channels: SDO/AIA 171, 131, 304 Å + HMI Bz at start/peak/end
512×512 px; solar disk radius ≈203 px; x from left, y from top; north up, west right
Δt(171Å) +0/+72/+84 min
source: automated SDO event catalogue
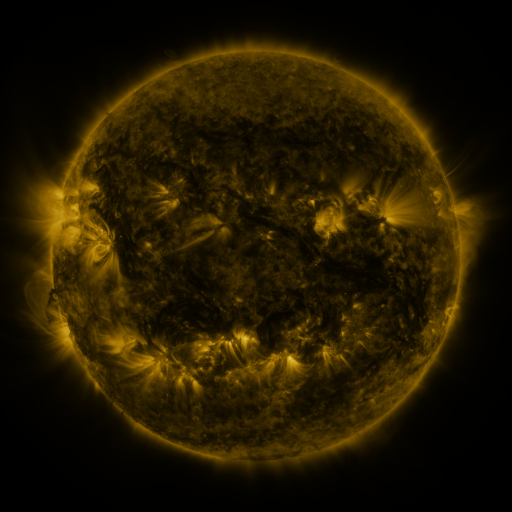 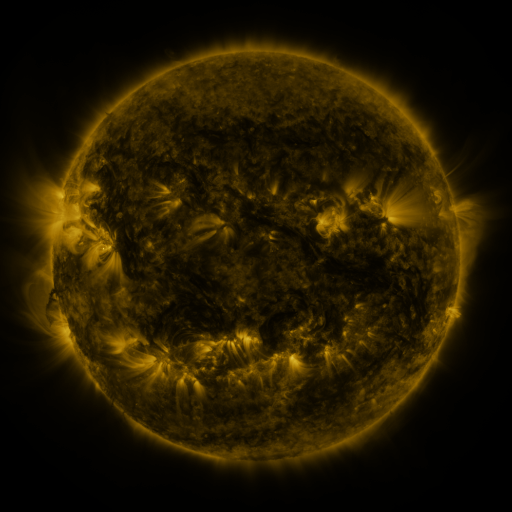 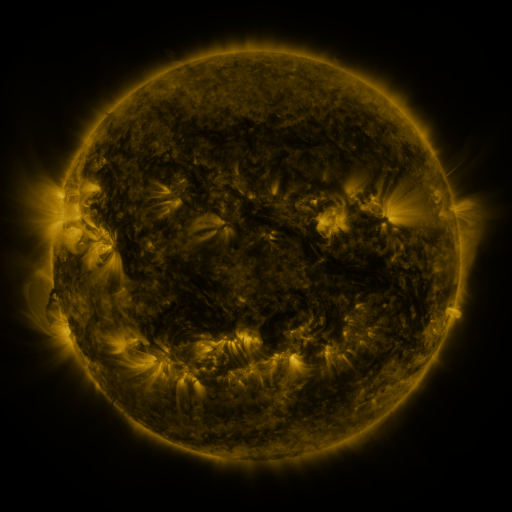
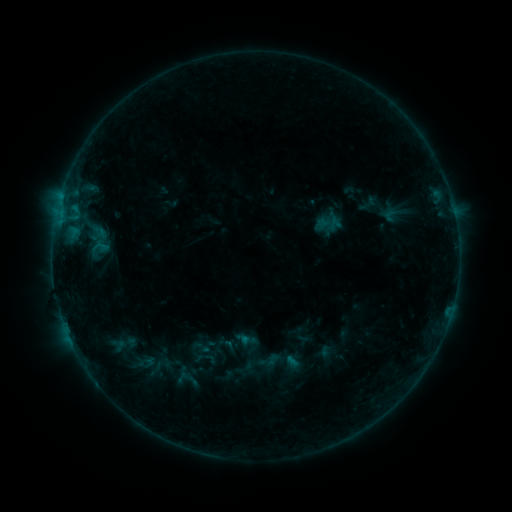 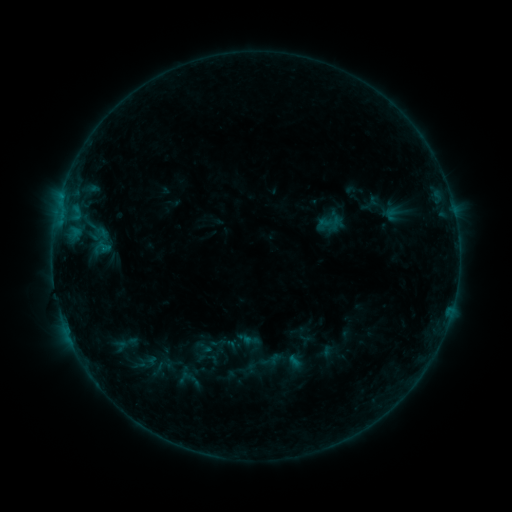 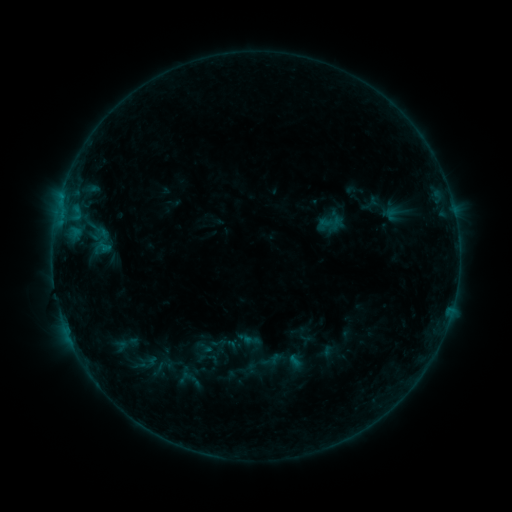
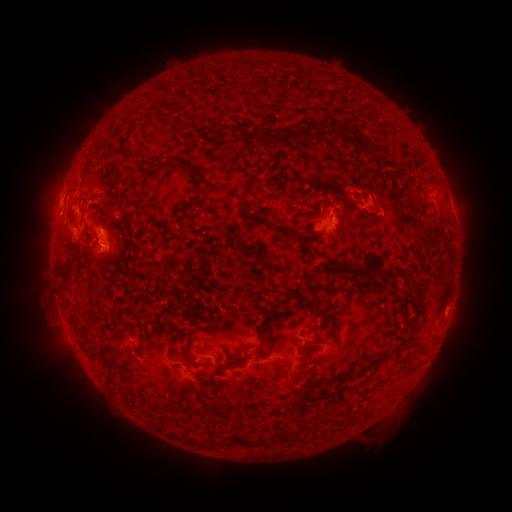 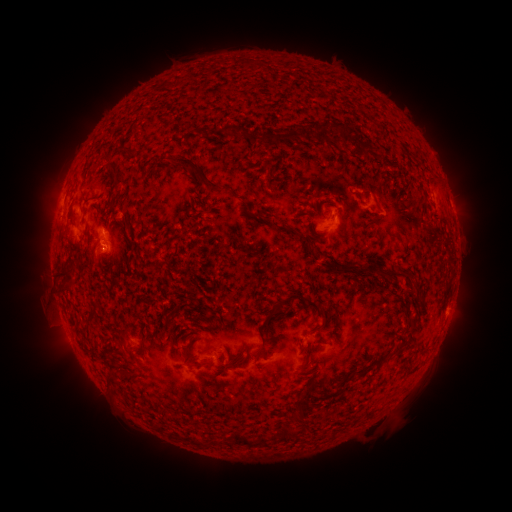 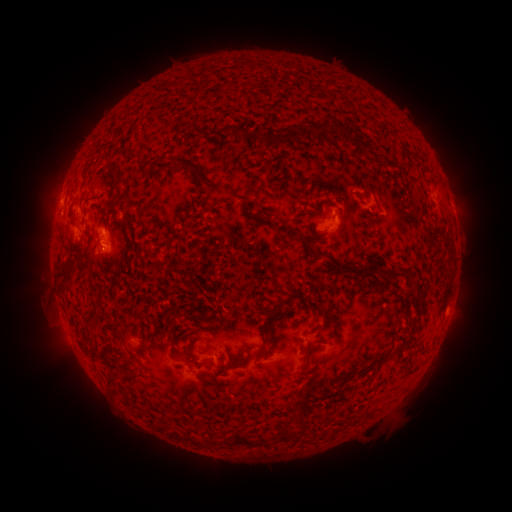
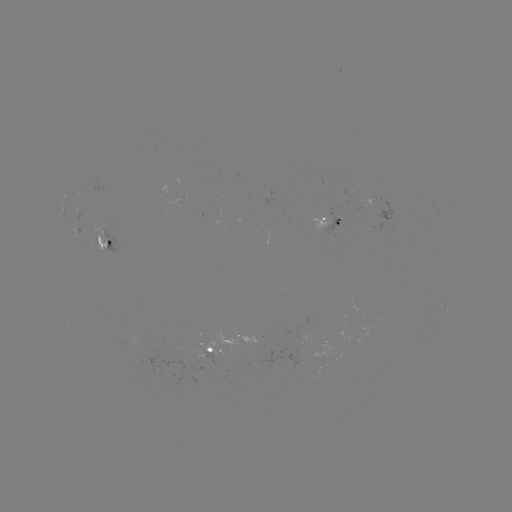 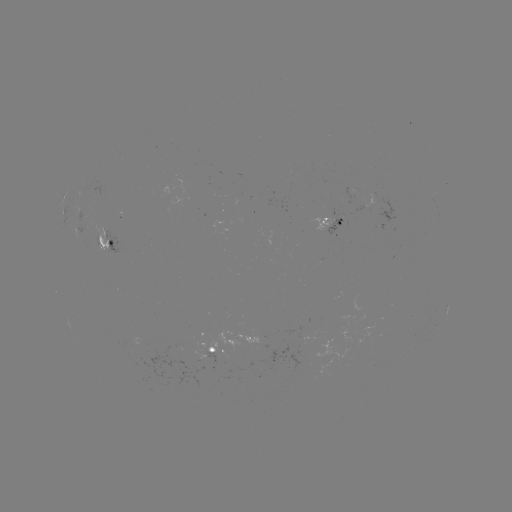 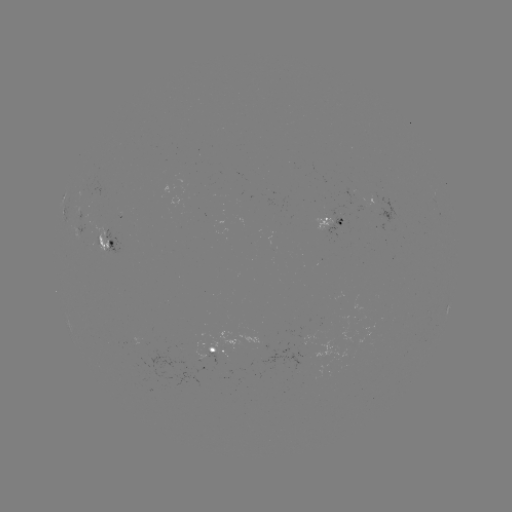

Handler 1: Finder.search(emerging-flux region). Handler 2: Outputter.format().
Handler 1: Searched emerging-flux region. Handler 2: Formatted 84,223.